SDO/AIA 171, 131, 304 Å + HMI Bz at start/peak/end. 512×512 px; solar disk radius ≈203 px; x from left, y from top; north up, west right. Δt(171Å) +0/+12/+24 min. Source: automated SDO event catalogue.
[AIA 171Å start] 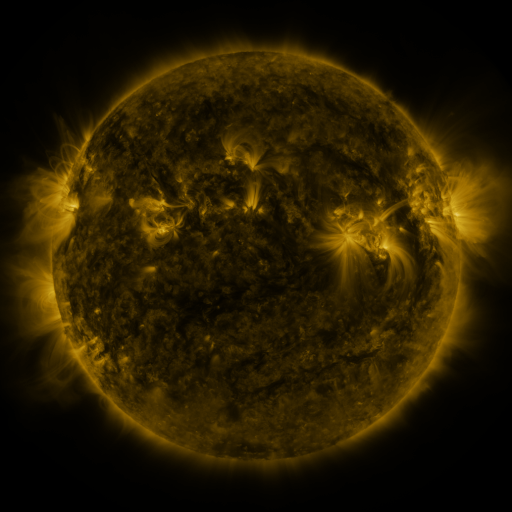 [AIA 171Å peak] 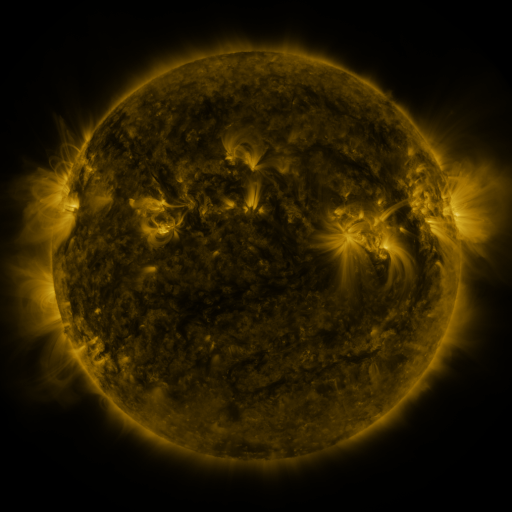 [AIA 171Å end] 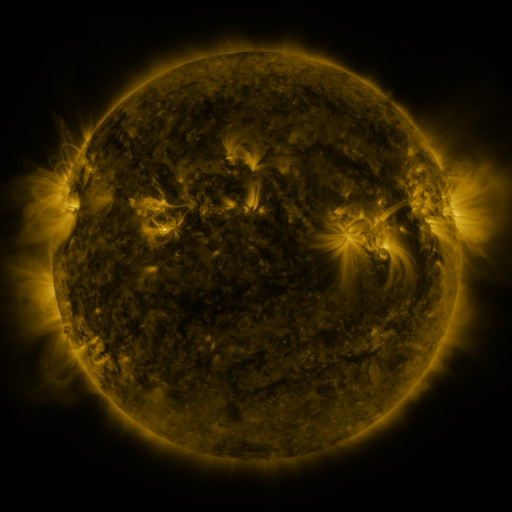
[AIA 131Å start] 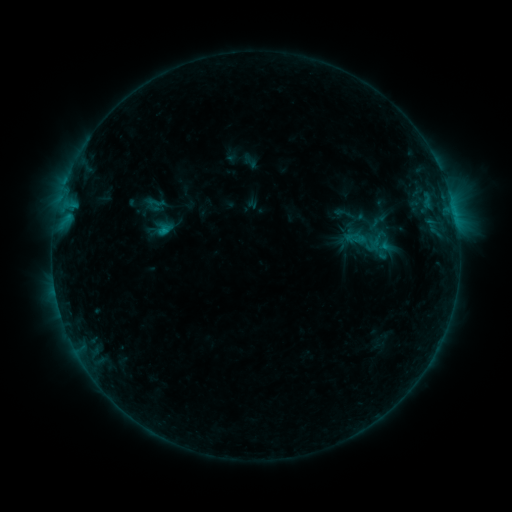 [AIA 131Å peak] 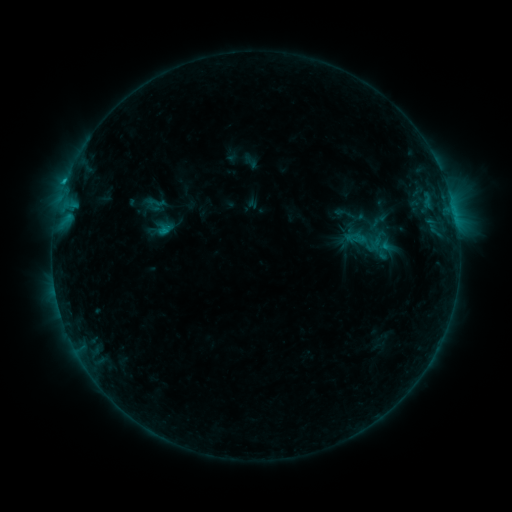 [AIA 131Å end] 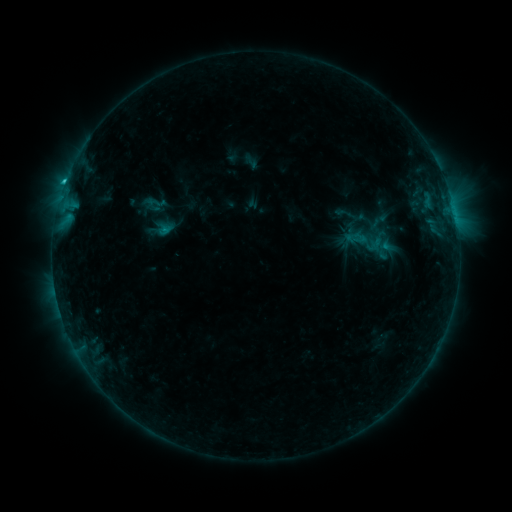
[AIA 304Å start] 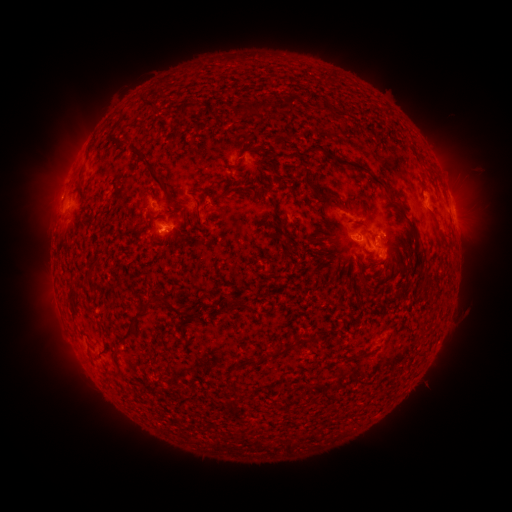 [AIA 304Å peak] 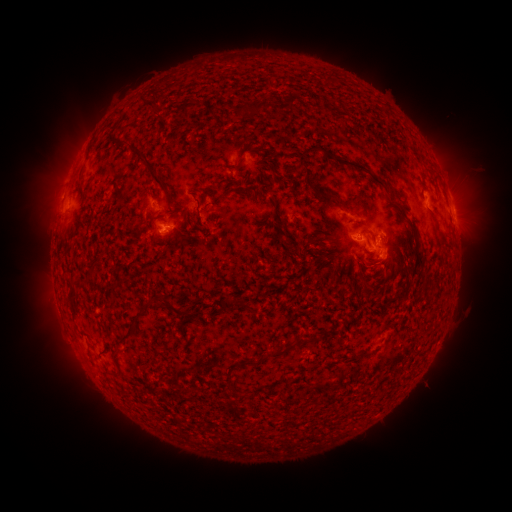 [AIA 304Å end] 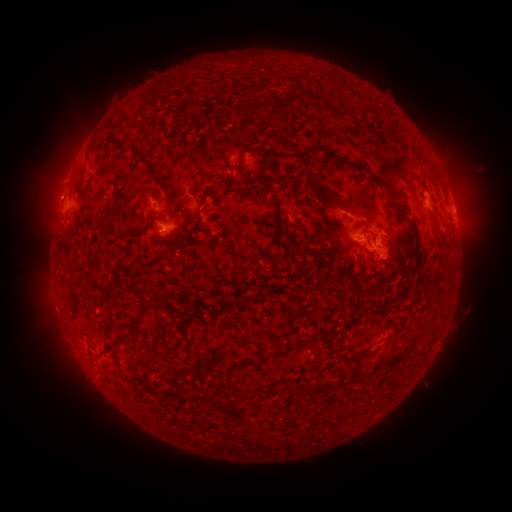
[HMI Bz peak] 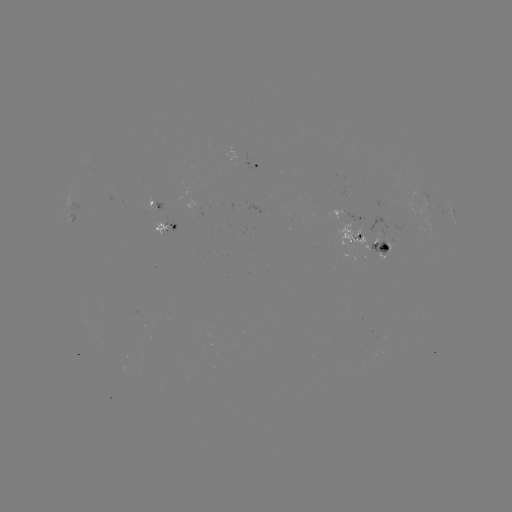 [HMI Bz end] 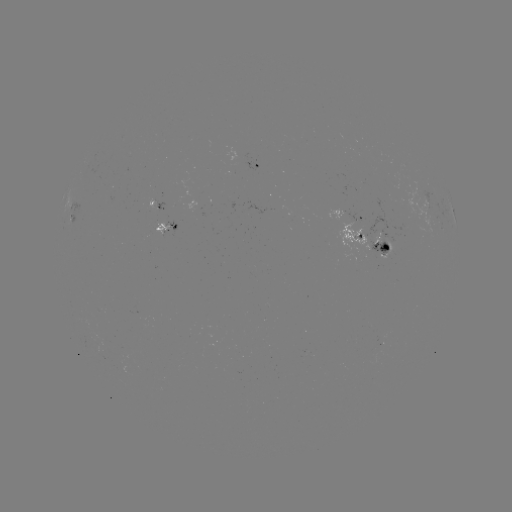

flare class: C1.5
